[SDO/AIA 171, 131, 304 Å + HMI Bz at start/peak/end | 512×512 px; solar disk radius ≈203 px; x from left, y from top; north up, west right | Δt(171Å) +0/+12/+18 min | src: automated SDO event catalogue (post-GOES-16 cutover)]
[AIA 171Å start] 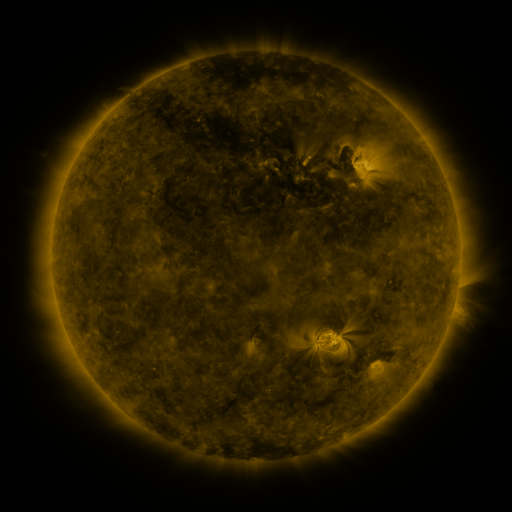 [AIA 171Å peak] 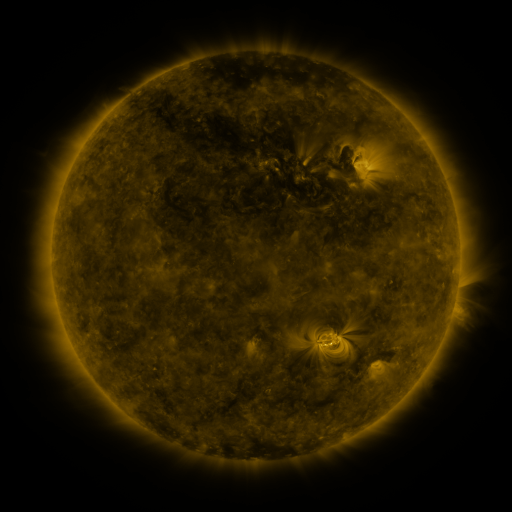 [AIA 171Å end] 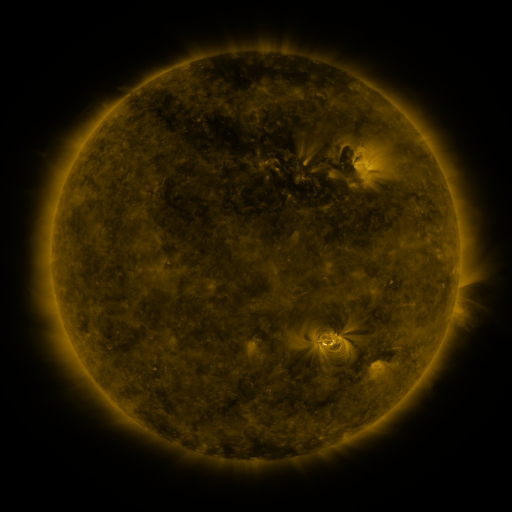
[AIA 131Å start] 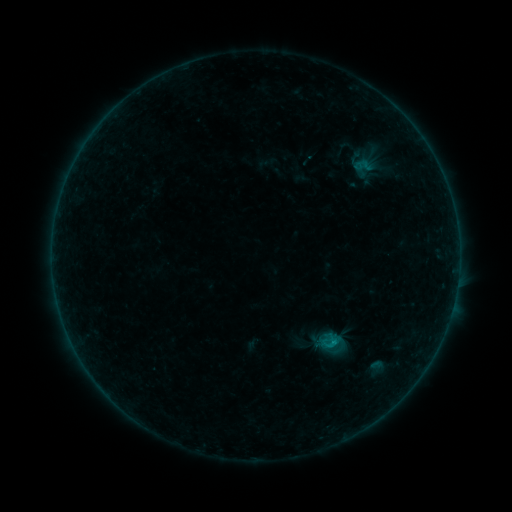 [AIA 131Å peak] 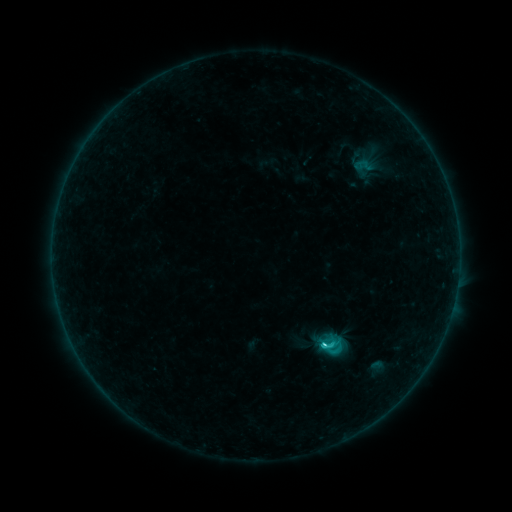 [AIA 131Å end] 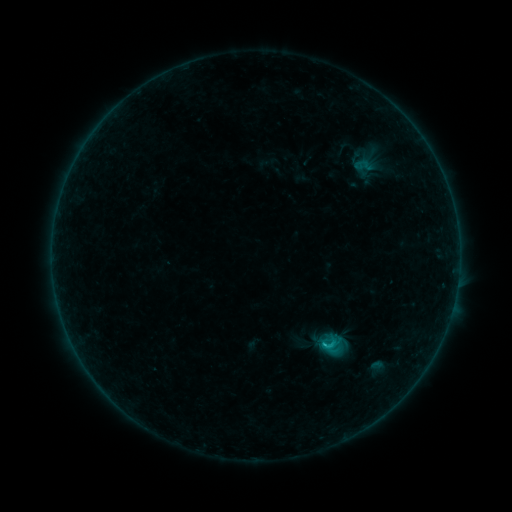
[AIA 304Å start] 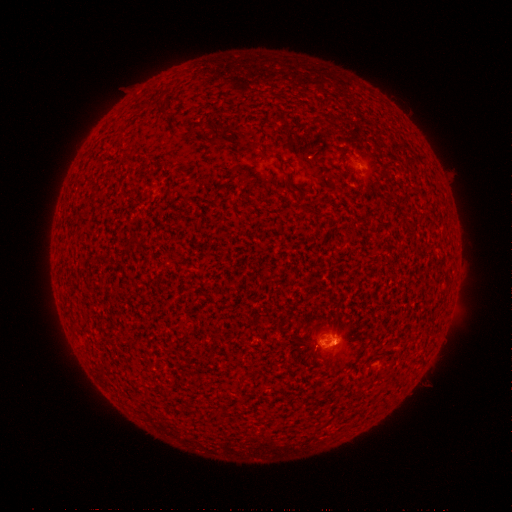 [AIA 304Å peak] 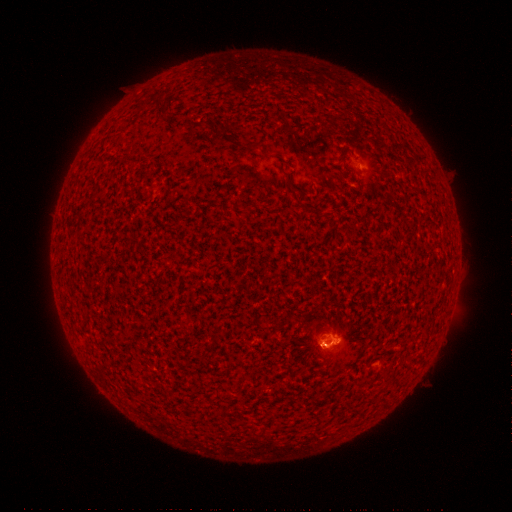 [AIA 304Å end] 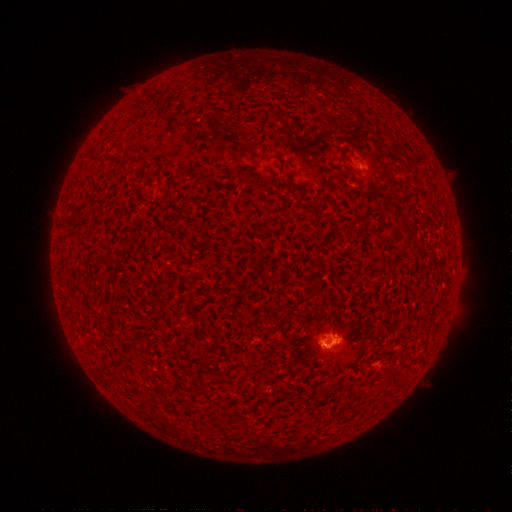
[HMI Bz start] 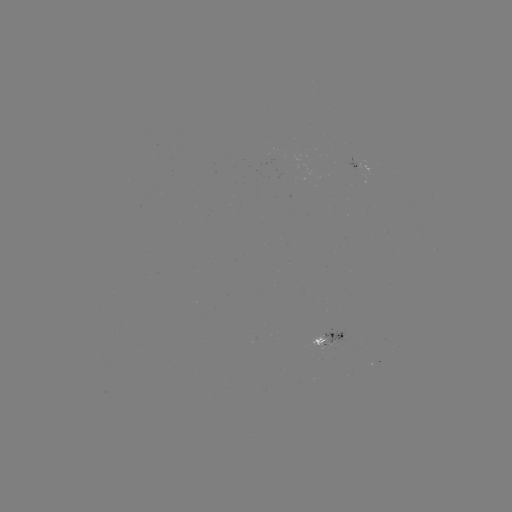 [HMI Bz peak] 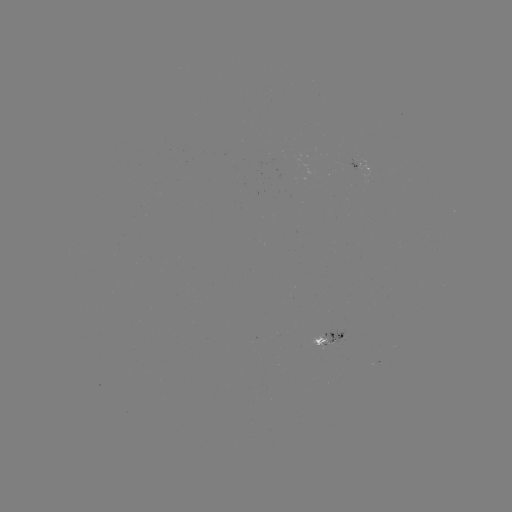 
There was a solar flare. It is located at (324, 343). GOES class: C2.3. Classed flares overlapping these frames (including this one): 2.